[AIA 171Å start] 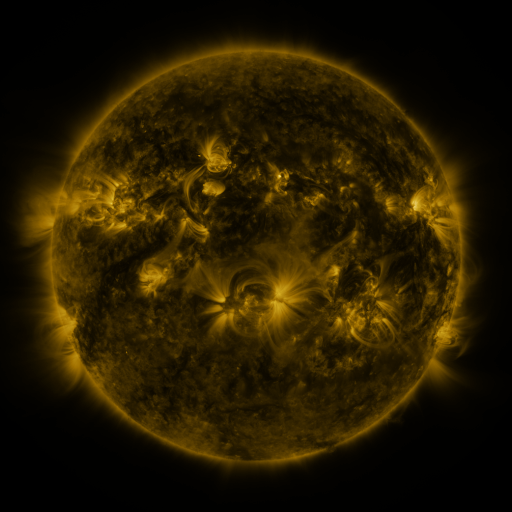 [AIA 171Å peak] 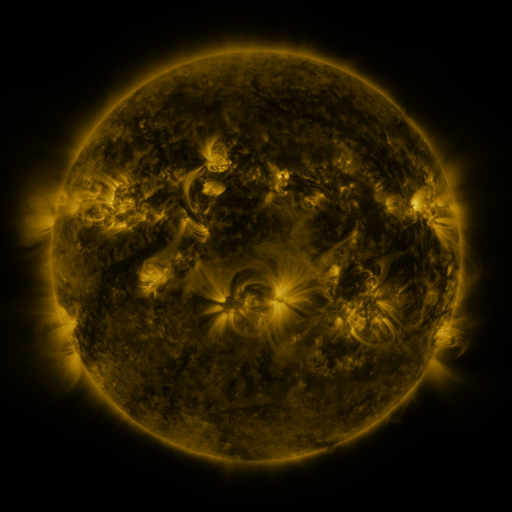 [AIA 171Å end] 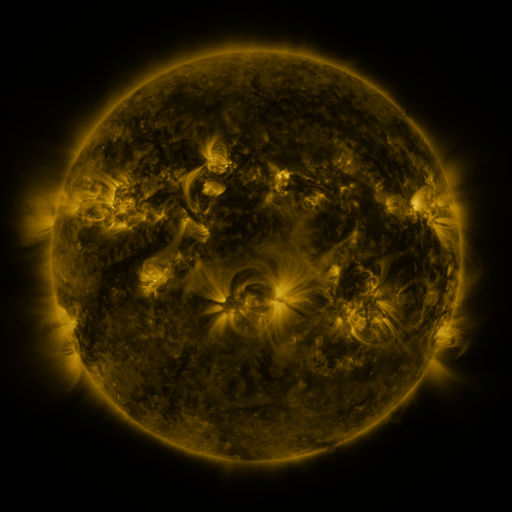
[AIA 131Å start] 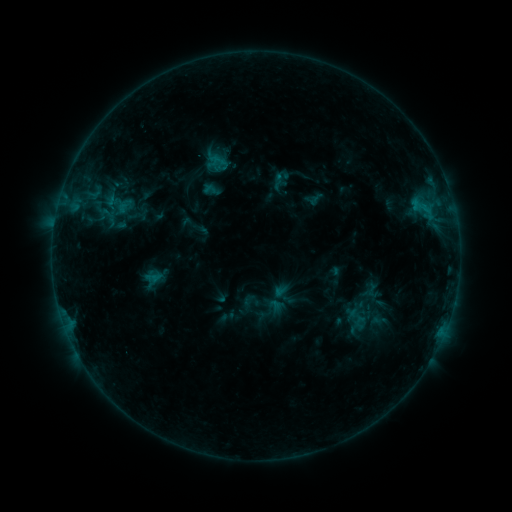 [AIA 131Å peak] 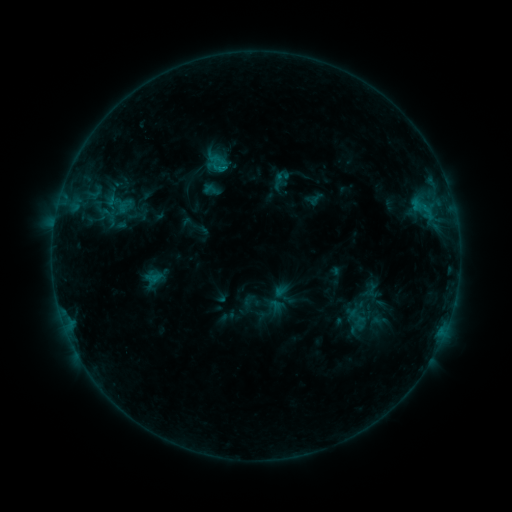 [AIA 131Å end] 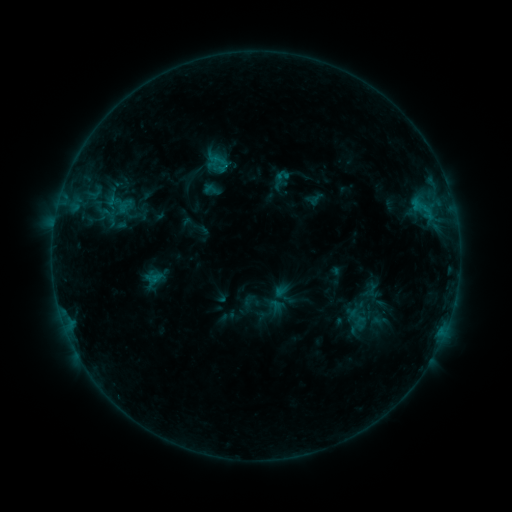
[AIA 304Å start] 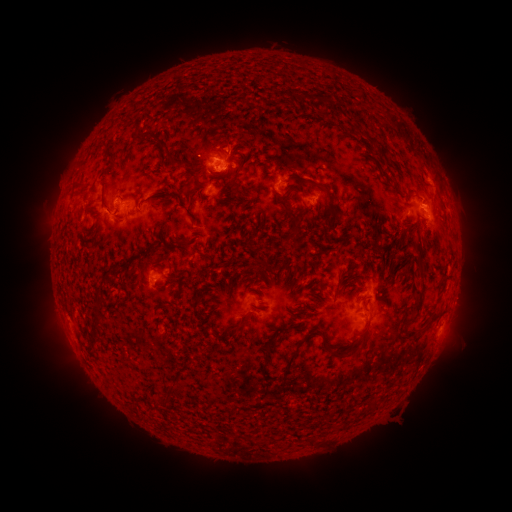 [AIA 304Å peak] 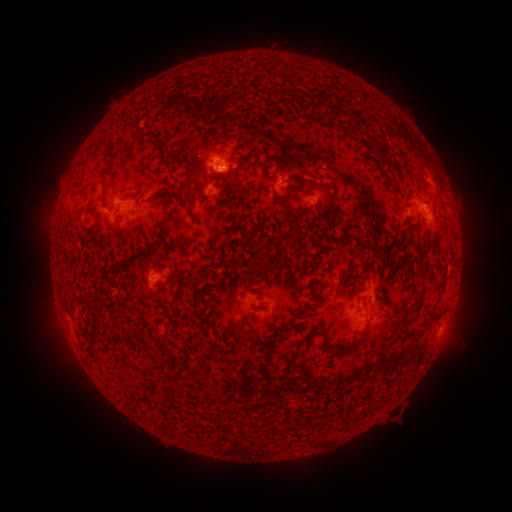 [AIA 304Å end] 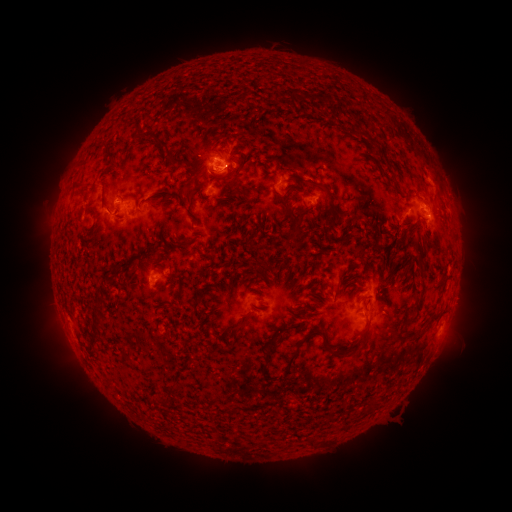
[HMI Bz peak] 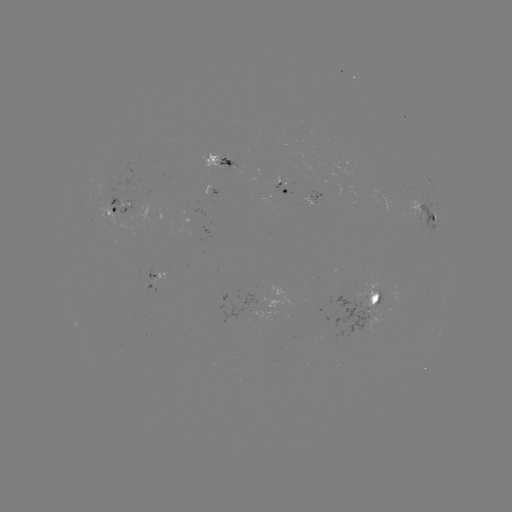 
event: flare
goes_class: B8.1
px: (226, 166)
